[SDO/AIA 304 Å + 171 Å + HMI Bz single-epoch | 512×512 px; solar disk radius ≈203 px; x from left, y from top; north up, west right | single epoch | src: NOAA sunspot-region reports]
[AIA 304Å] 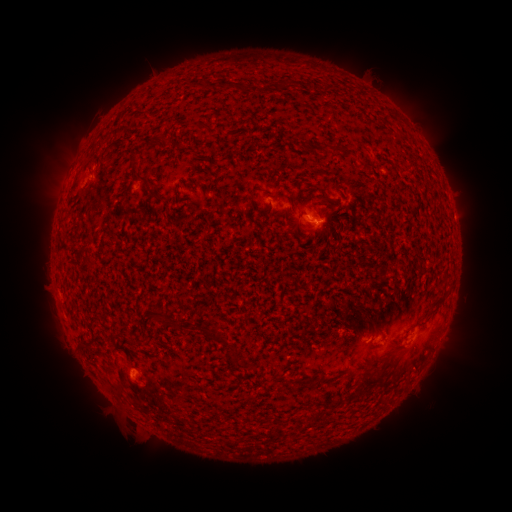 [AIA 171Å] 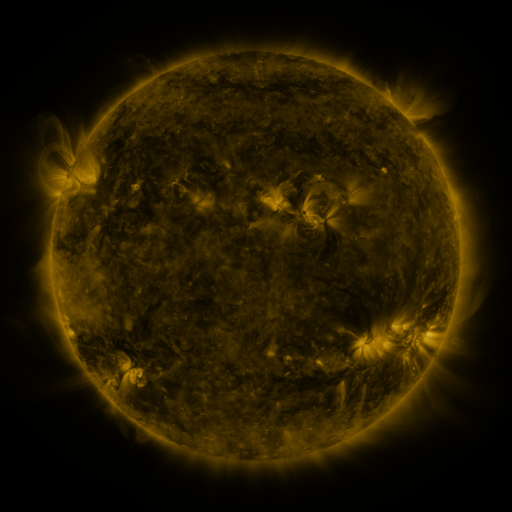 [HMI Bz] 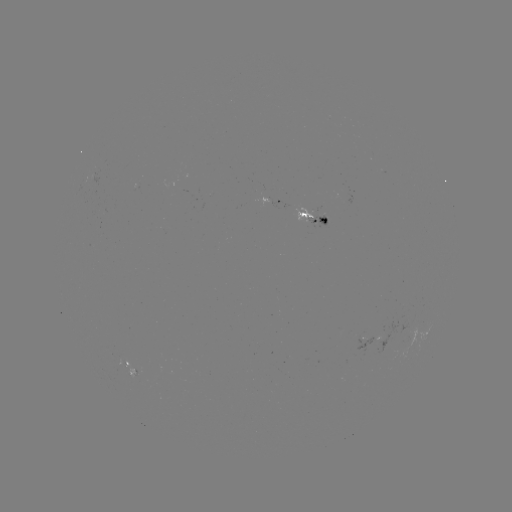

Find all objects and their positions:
spotted active region: (276, 202)
spotted active region: (313, 216)
spotted active region: (369, 339)
spotted active region: (126, 363)
